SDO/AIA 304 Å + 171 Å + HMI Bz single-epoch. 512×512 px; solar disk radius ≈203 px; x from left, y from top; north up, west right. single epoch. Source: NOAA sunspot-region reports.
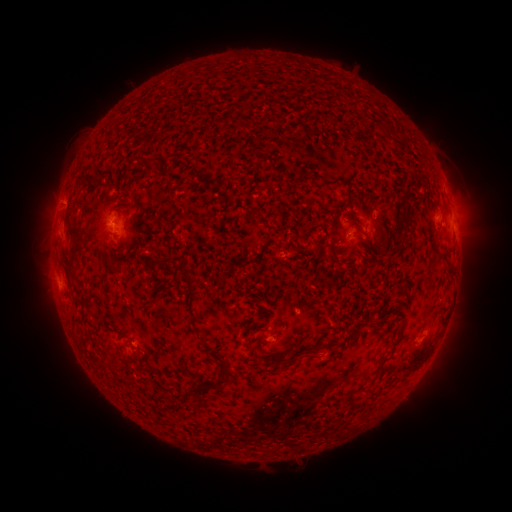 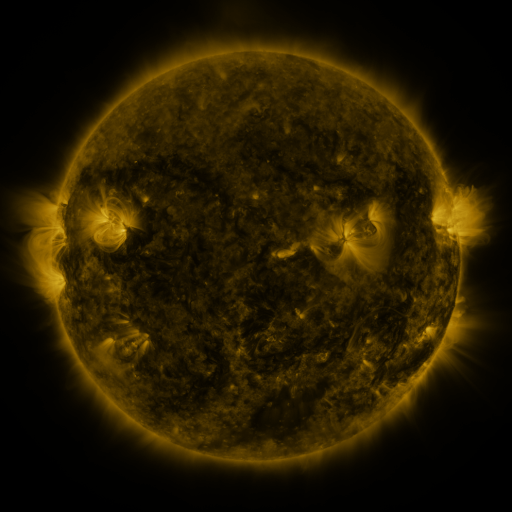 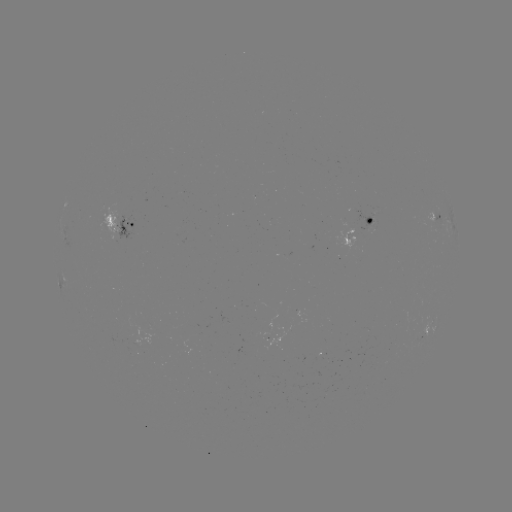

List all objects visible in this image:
spotted active region: (437, 219)
spotted active region: (123, 227)
spotted active region: (358, 233)
spotted active region: (428, 328)
